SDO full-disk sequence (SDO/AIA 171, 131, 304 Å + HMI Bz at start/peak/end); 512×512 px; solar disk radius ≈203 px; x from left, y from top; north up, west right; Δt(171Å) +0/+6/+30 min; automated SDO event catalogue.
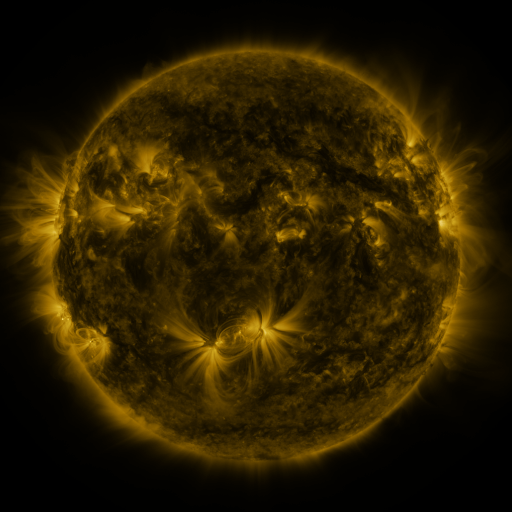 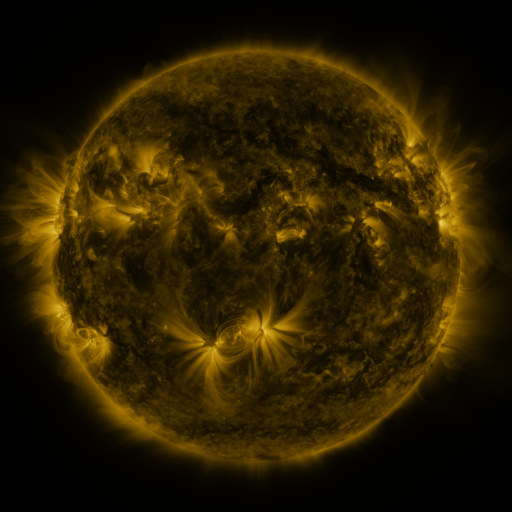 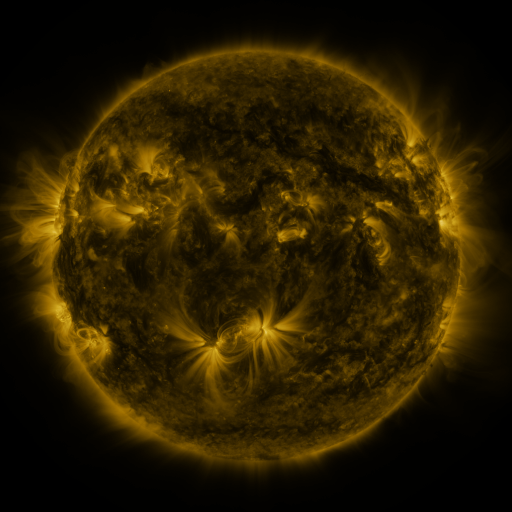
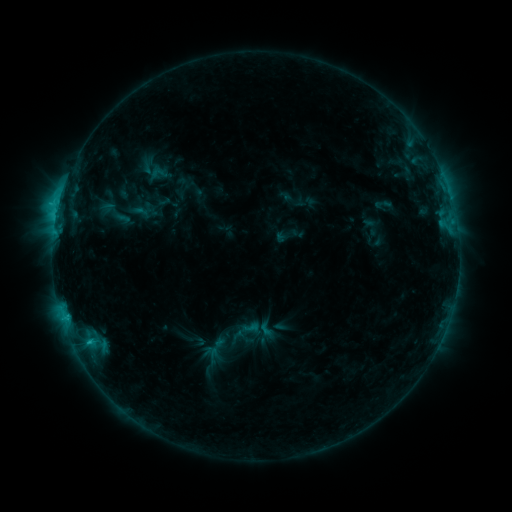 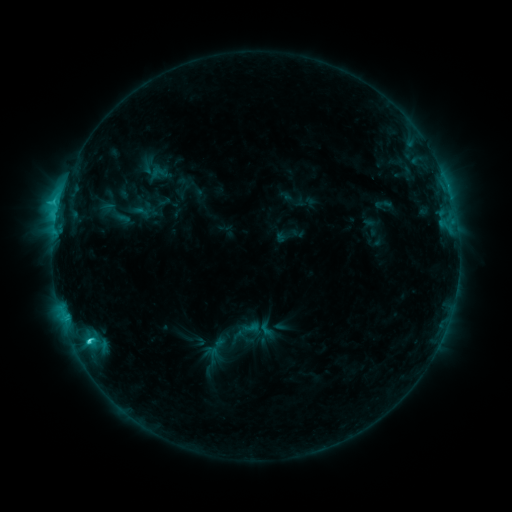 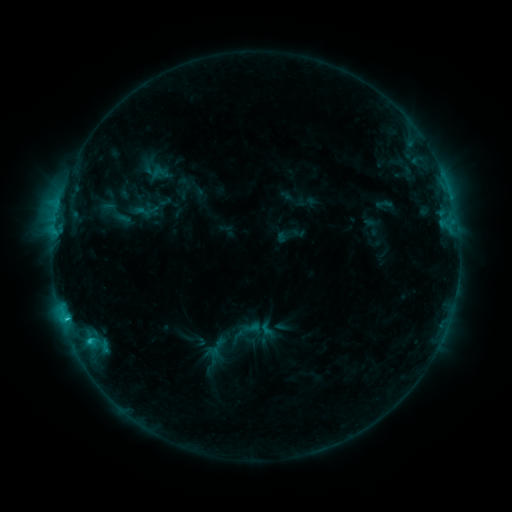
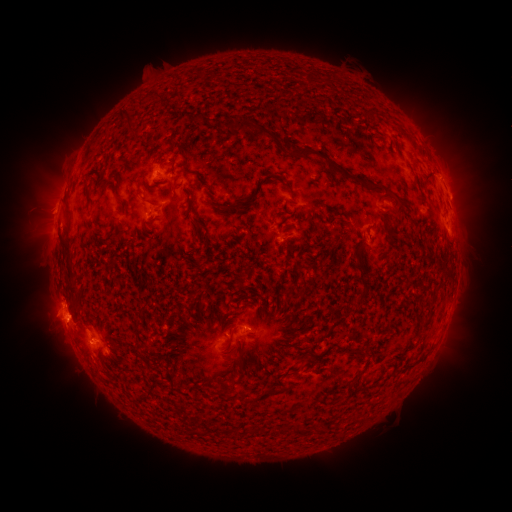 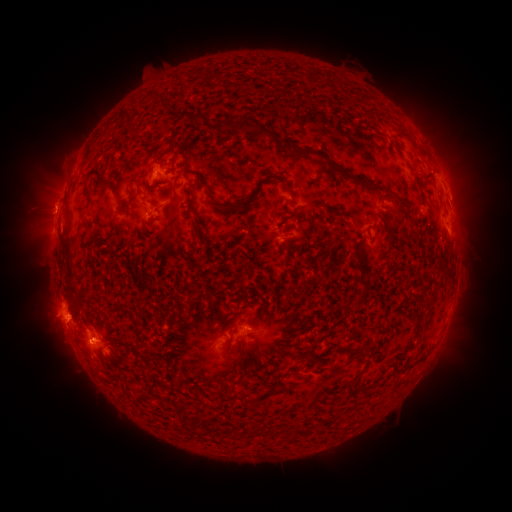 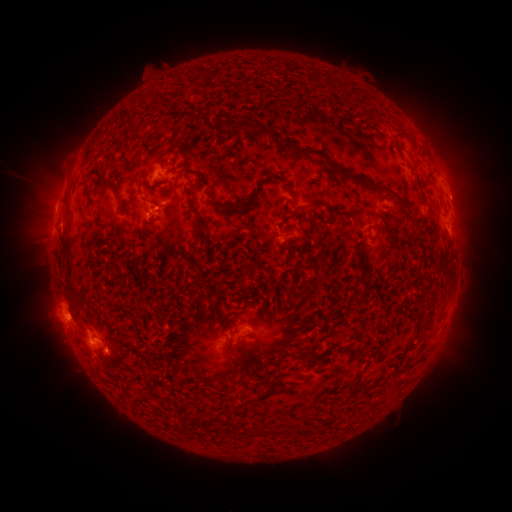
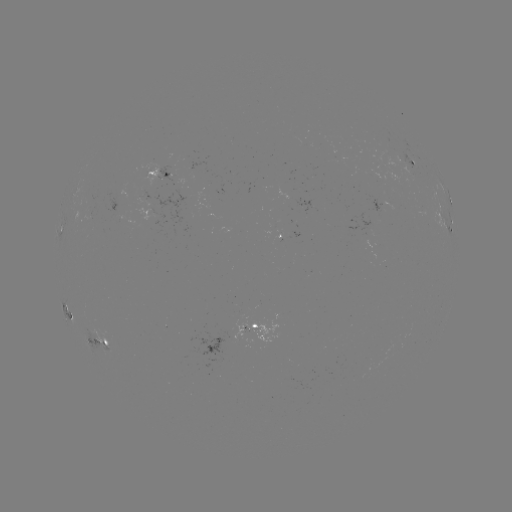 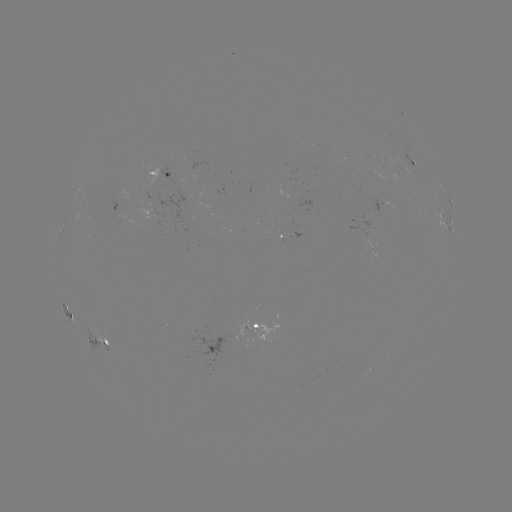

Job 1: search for C3.7 flare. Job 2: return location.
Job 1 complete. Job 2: (89, 339).